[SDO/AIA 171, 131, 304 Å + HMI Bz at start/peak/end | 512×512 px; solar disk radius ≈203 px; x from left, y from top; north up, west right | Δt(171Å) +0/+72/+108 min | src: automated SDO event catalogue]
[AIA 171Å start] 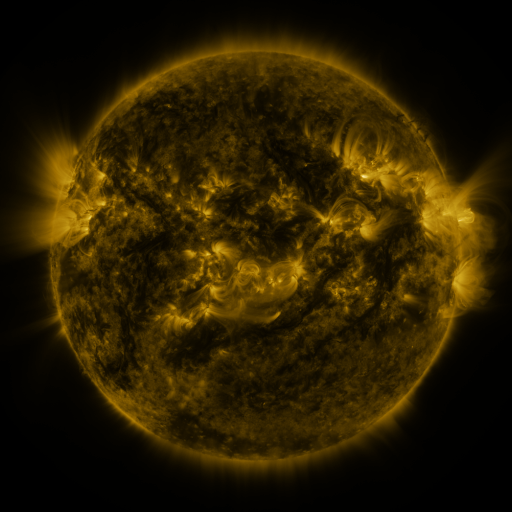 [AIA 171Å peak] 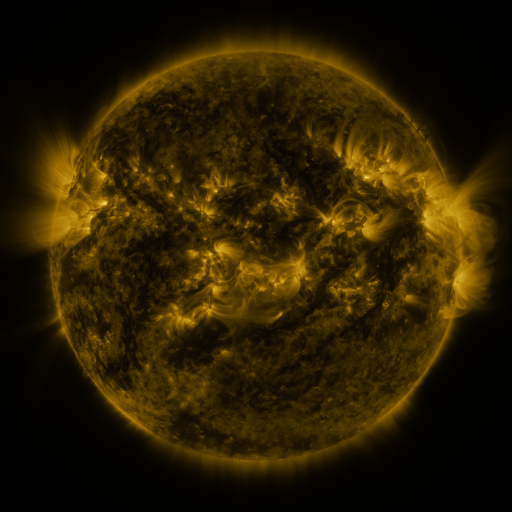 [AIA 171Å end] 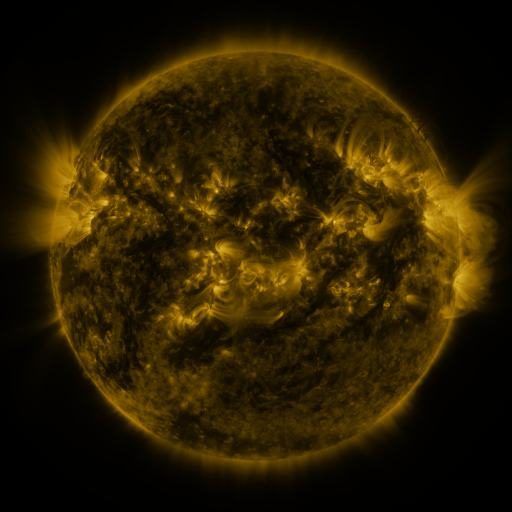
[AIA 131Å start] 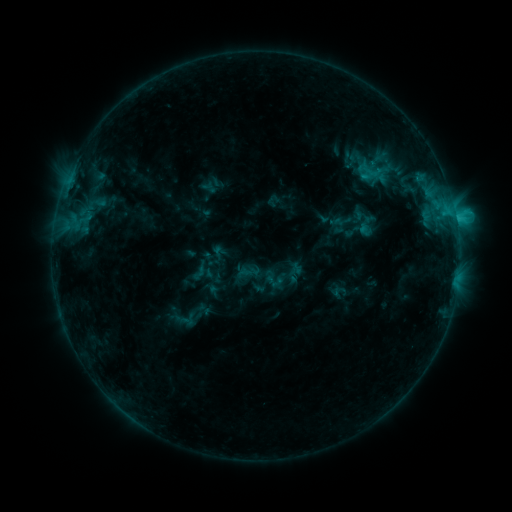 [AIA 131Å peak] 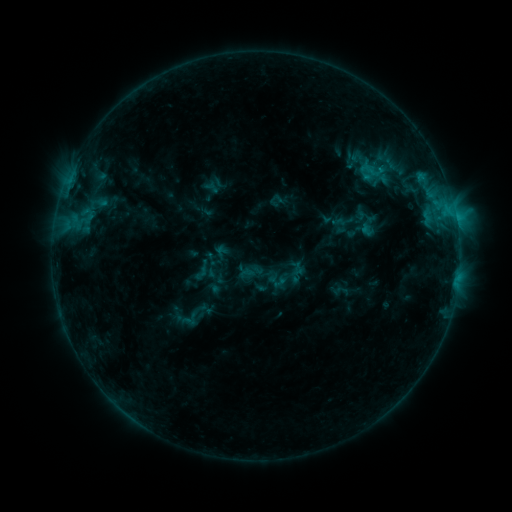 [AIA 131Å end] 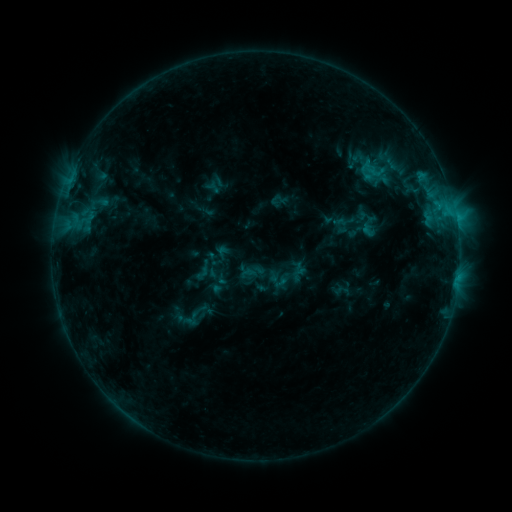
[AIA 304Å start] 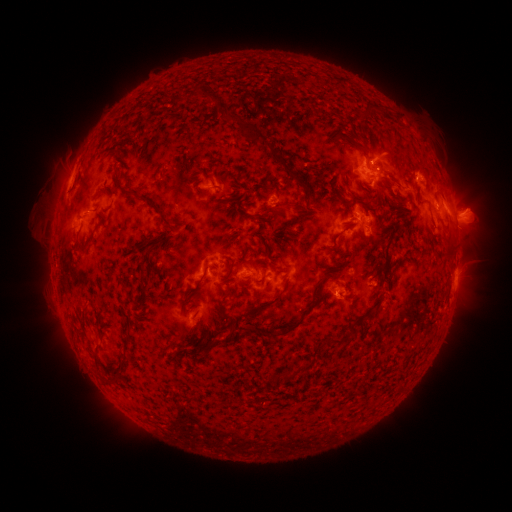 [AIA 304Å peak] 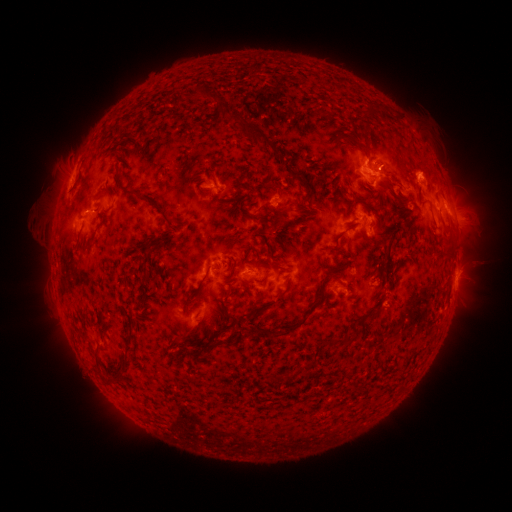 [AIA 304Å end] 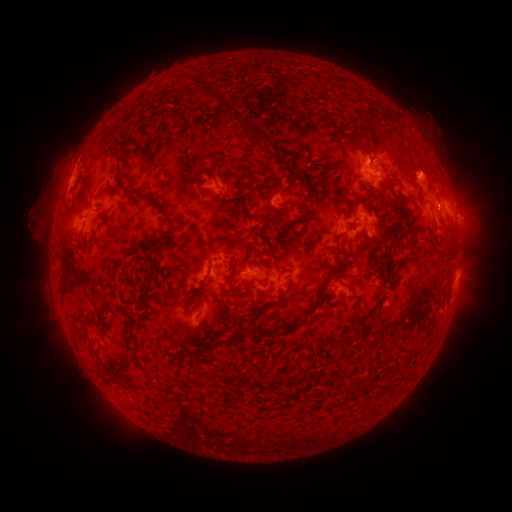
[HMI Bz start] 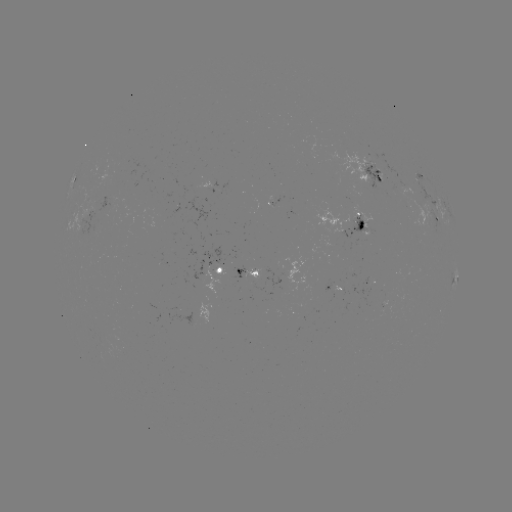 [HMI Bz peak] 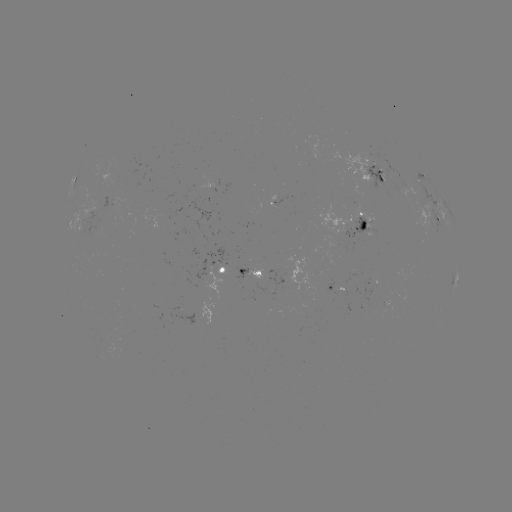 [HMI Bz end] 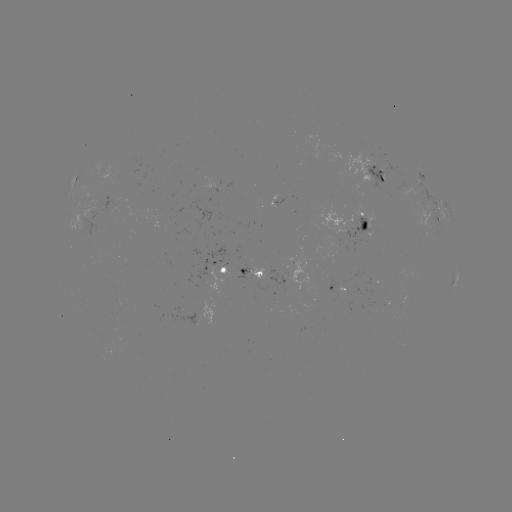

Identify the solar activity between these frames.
emerging-flux region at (353, 197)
